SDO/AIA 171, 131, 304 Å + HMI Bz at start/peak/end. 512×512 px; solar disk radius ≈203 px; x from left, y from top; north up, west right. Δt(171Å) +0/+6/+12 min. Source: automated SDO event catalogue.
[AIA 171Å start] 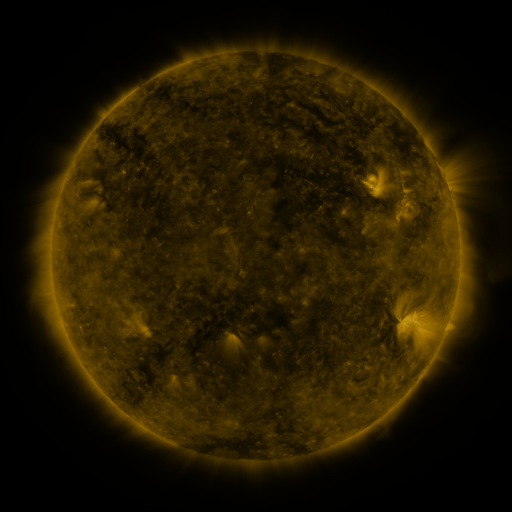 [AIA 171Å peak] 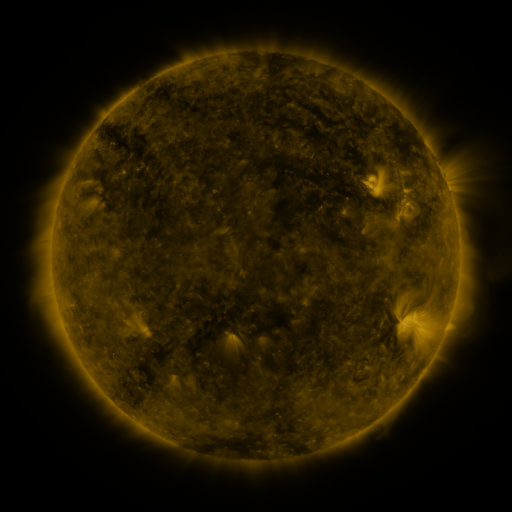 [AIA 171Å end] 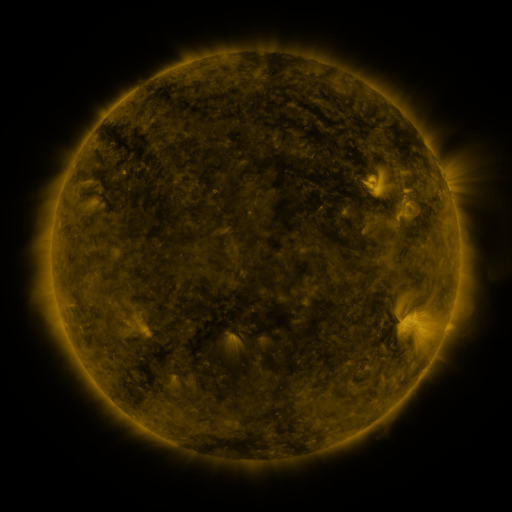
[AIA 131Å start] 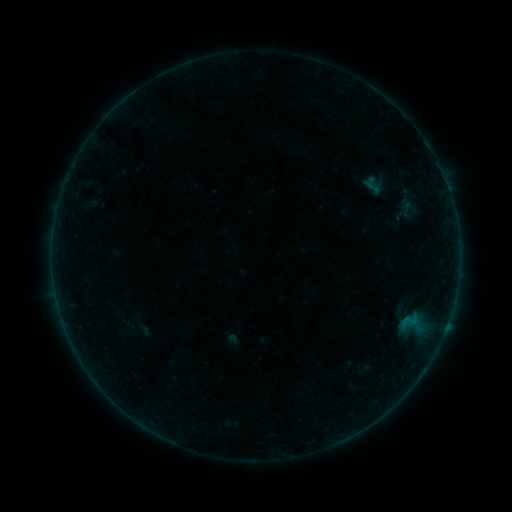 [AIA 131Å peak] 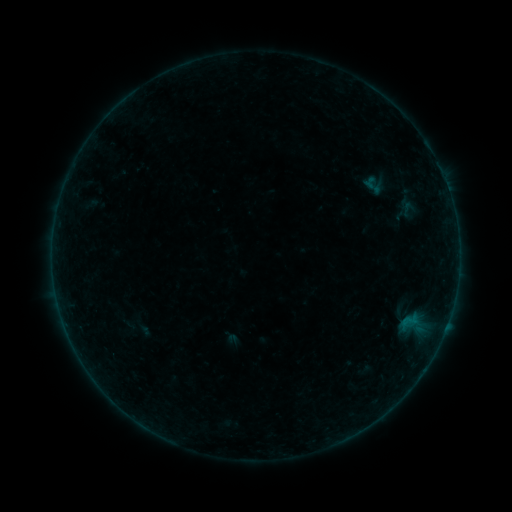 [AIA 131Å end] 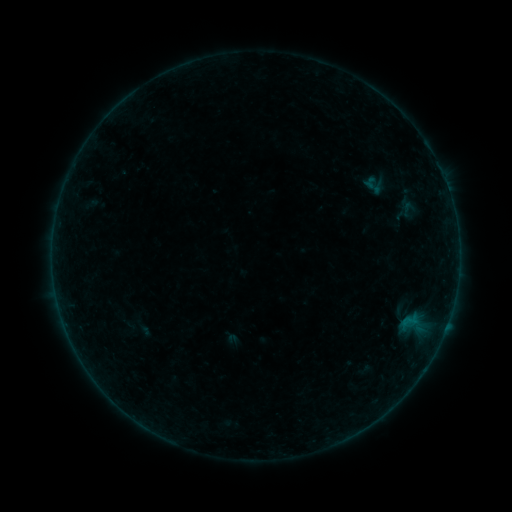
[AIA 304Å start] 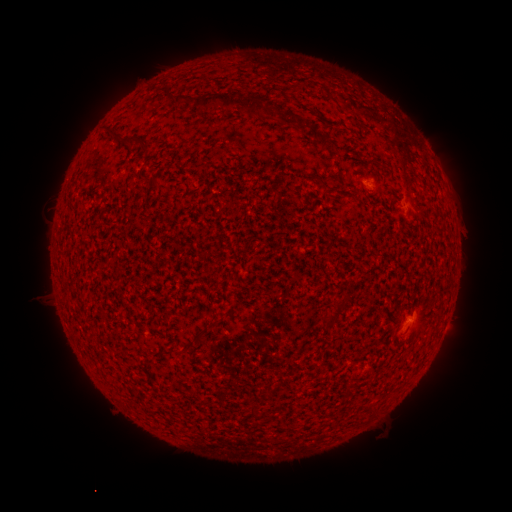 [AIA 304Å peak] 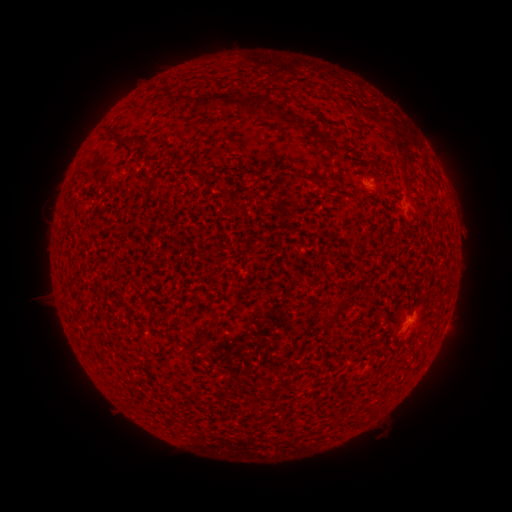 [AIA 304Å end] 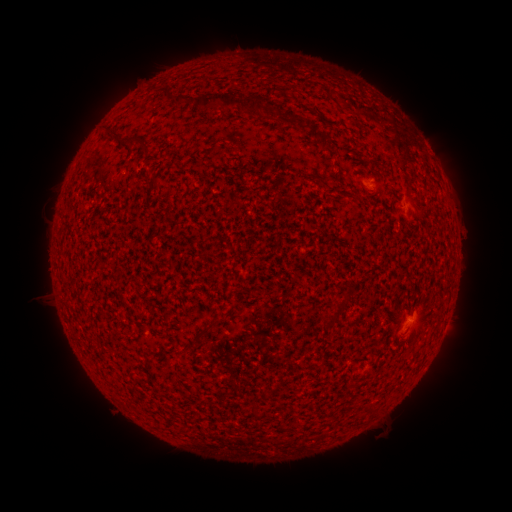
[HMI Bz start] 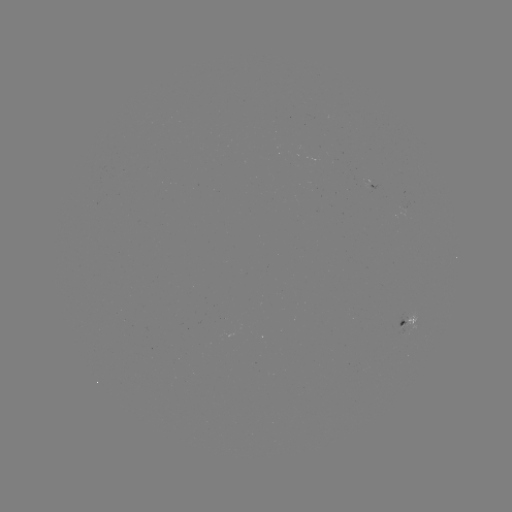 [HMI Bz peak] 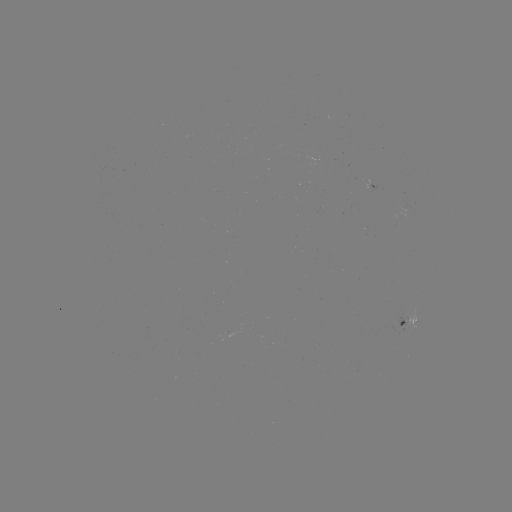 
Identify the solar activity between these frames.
no classed flare was catalogued and no EUV brightening was flagged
